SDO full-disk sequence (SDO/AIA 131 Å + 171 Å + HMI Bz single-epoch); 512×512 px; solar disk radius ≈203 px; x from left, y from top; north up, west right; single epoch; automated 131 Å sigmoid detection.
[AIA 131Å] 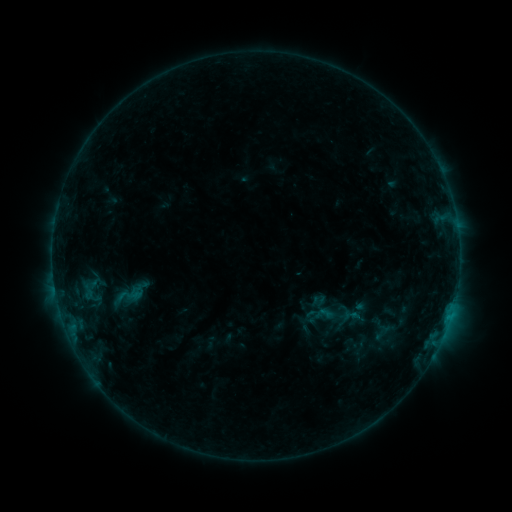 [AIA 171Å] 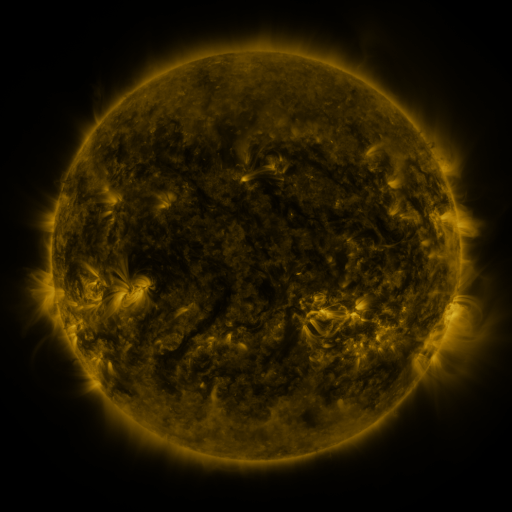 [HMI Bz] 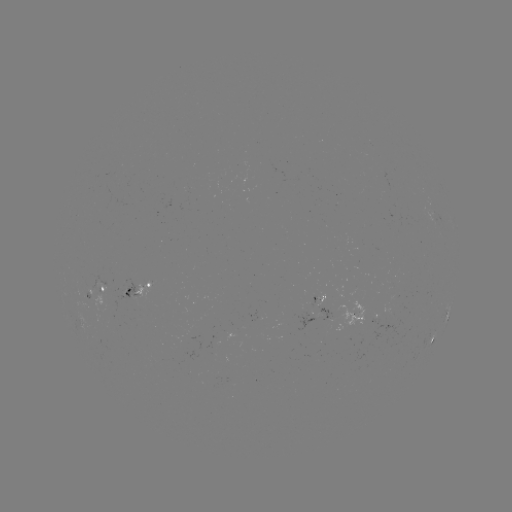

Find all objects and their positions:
sigmoid: <bbox>111, 278, 149, 309</bbox>
sigmoid: <bbox>313, 302, 336, 325</bbox>
sigmoid: <bbox>341, 305, 360, 325</bbox>
